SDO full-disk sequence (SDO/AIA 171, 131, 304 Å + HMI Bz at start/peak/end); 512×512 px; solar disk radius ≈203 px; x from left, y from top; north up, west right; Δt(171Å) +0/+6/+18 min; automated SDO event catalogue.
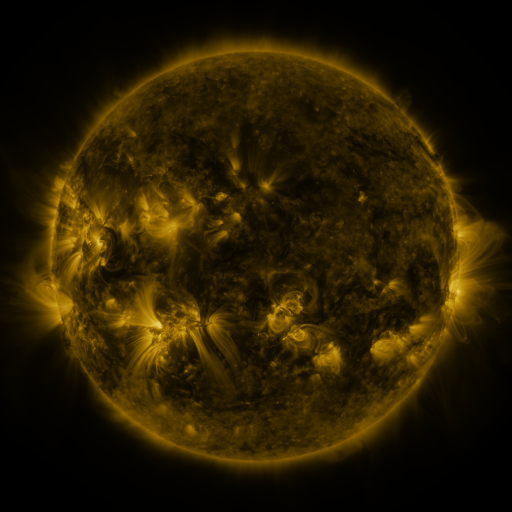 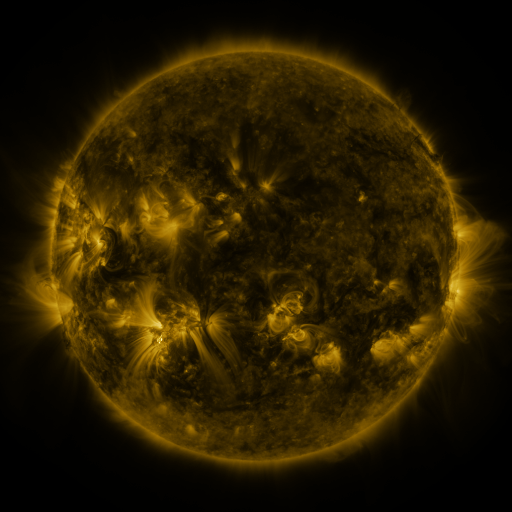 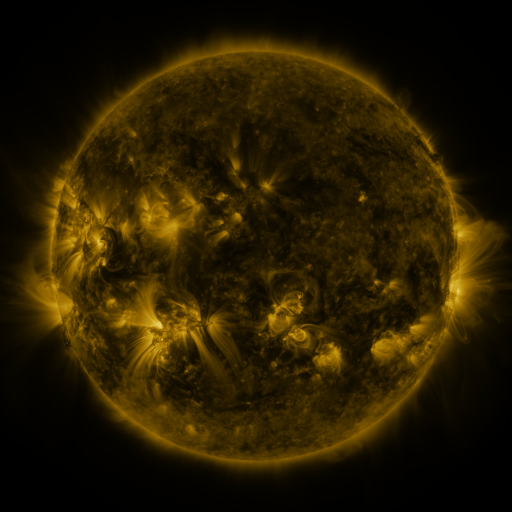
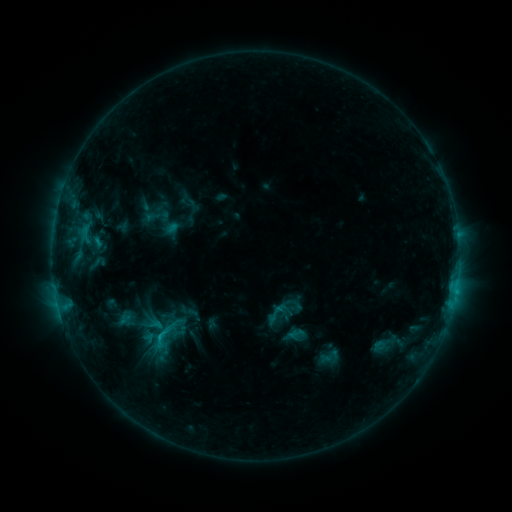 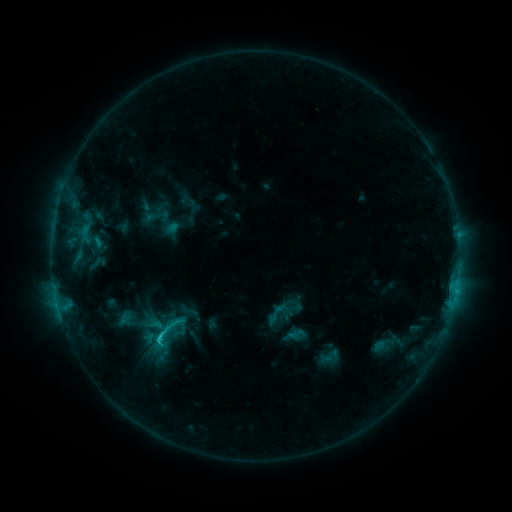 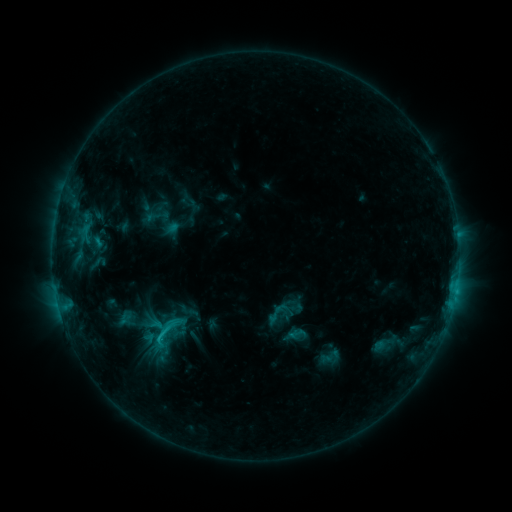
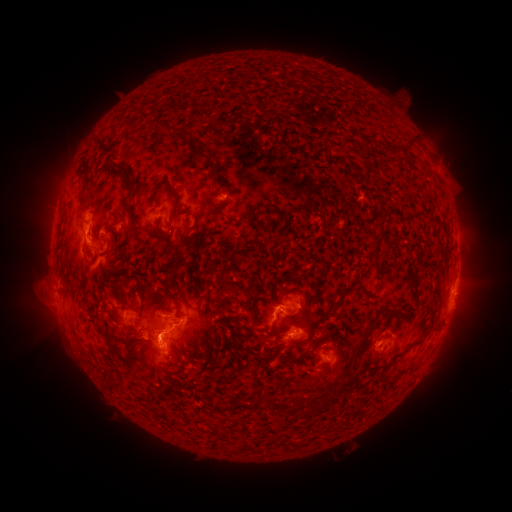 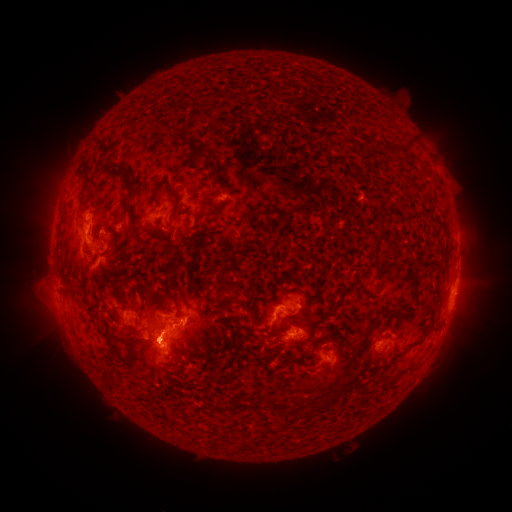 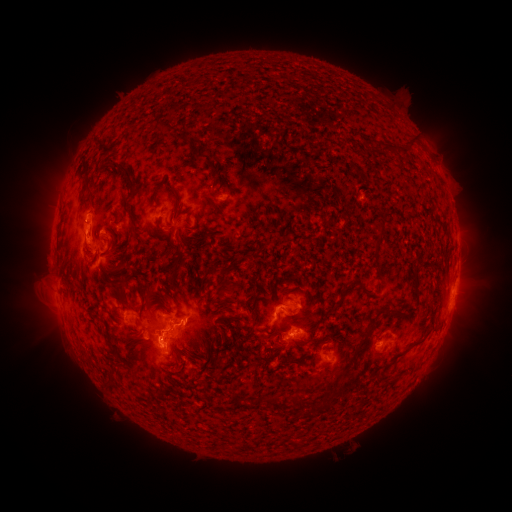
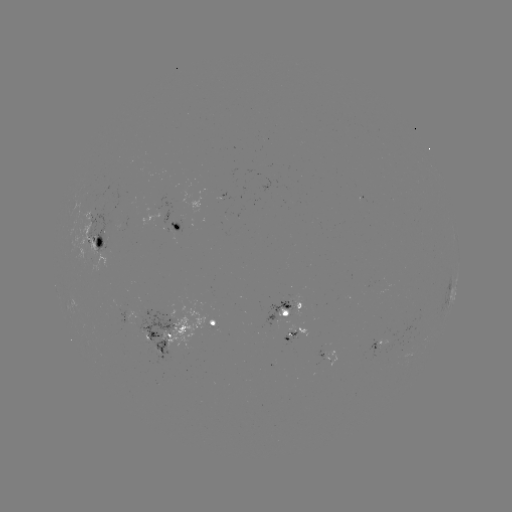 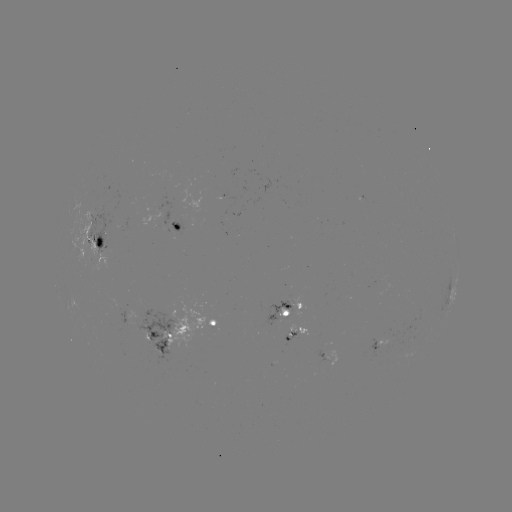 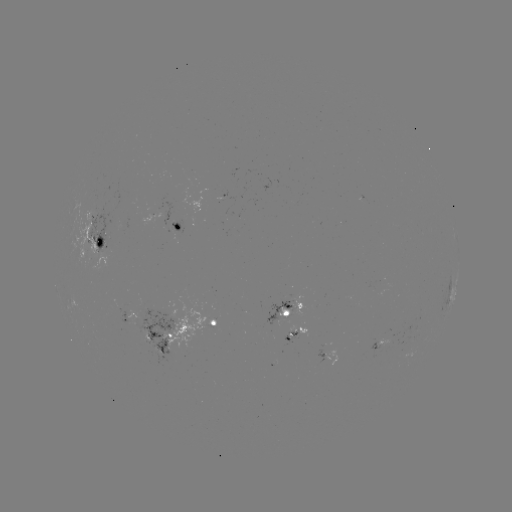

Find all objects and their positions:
C1.9 flare: (158, 340)
